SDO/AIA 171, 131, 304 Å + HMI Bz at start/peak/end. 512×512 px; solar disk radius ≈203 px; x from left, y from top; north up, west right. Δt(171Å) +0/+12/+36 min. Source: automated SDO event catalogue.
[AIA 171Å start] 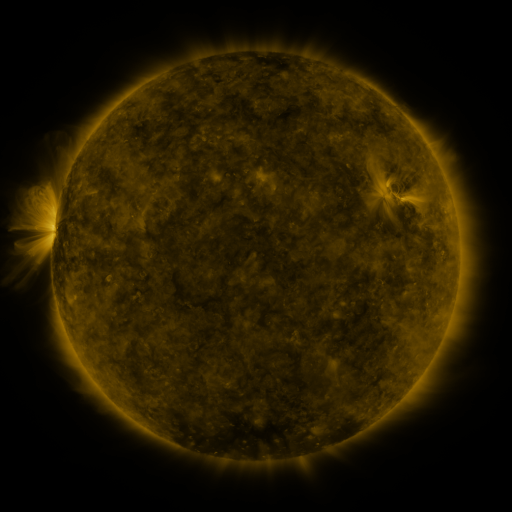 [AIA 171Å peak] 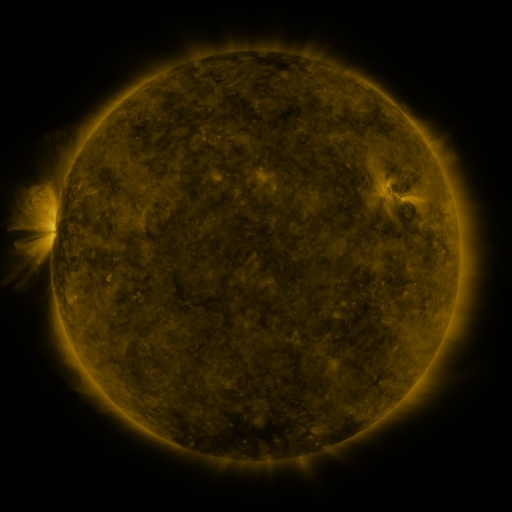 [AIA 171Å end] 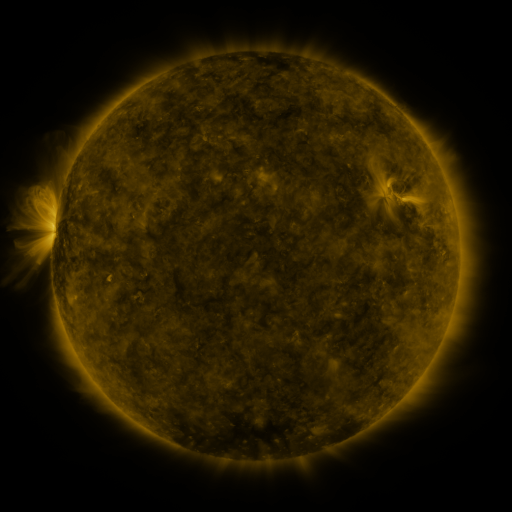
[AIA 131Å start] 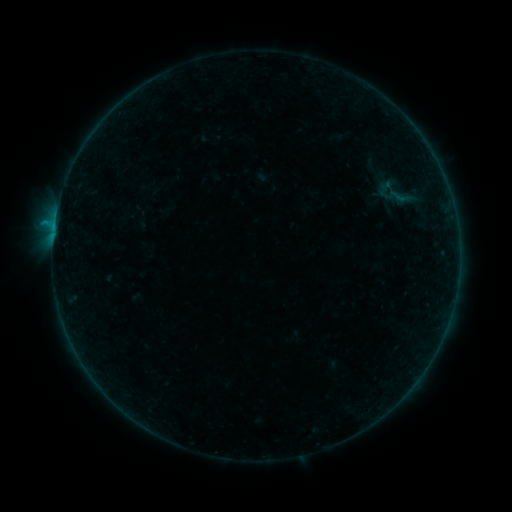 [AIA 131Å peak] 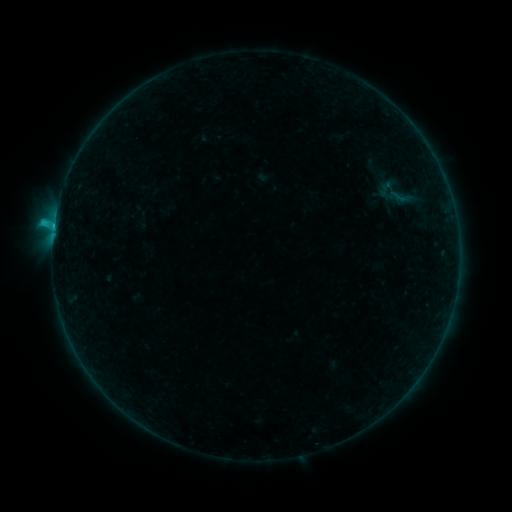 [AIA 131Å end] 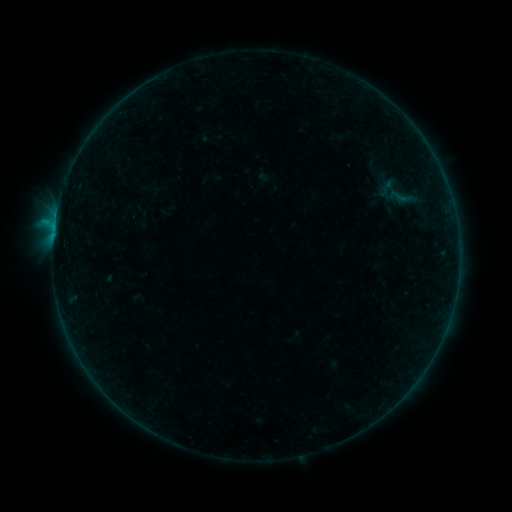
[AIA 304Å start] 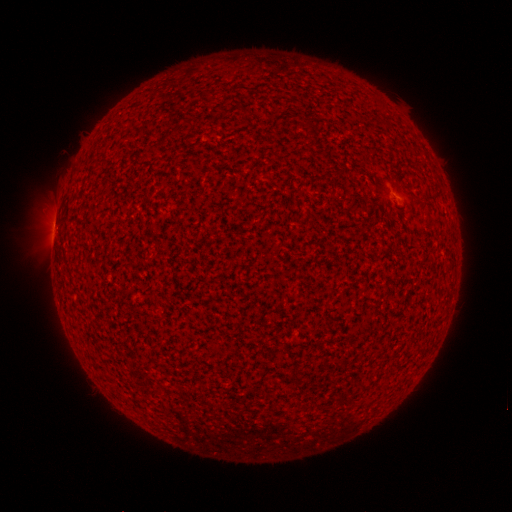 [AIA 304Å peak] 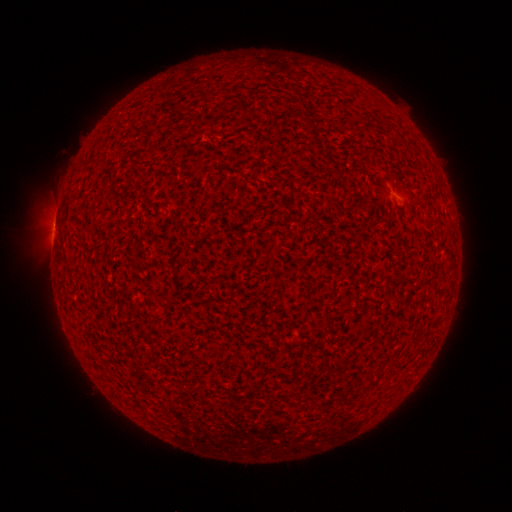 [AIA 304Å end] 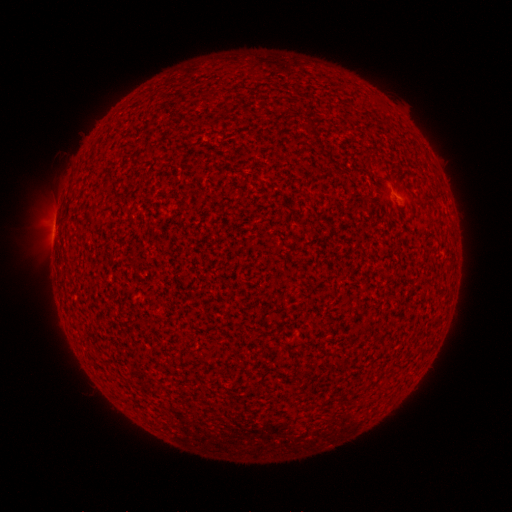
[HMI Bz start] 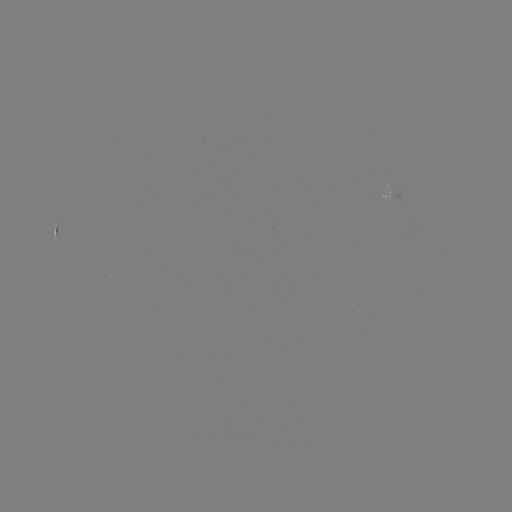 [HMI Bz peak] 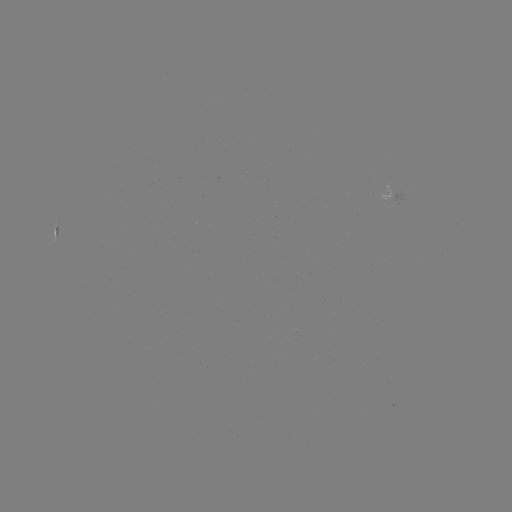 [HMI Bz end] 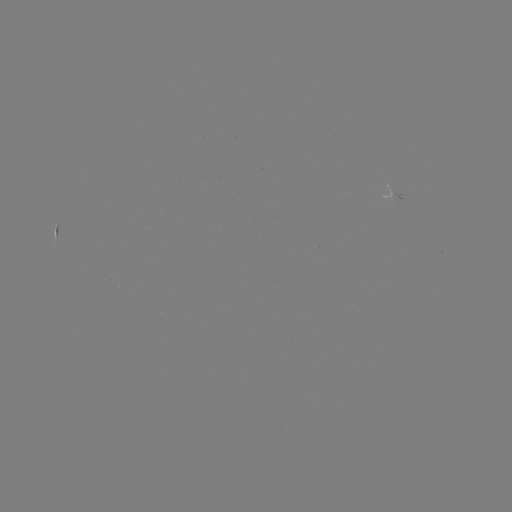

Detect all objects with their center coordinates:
B7.6 flare: (54, 227)
